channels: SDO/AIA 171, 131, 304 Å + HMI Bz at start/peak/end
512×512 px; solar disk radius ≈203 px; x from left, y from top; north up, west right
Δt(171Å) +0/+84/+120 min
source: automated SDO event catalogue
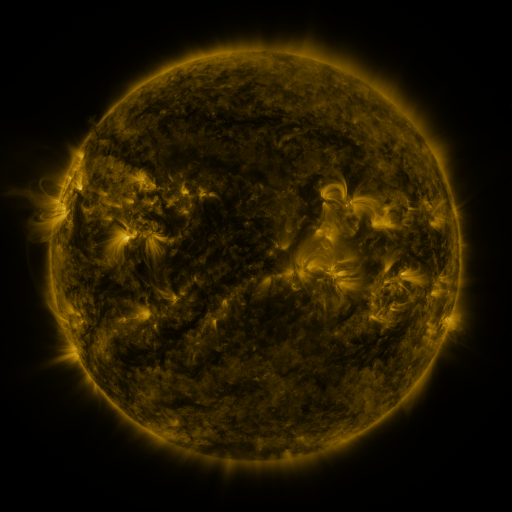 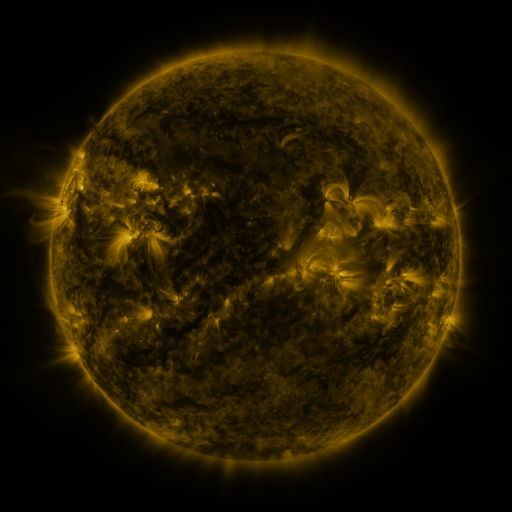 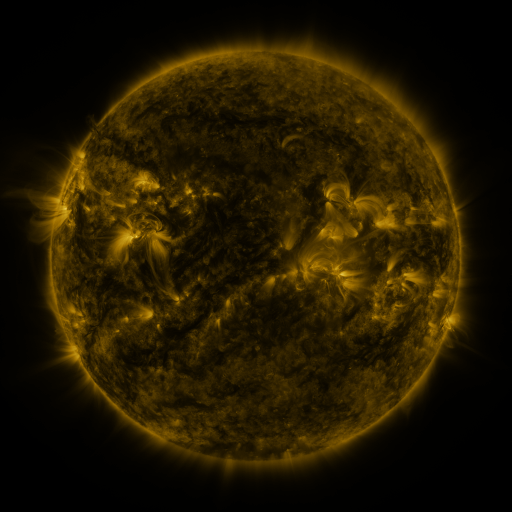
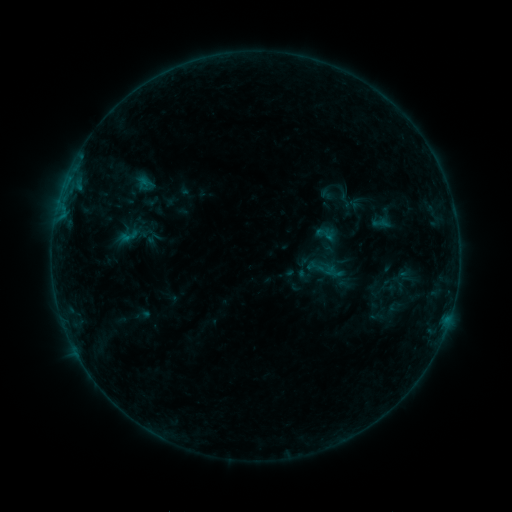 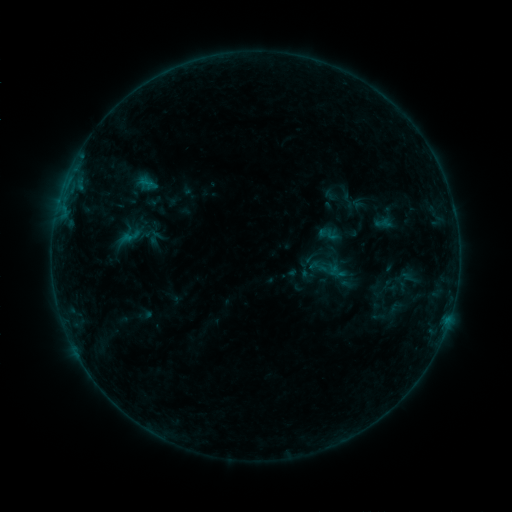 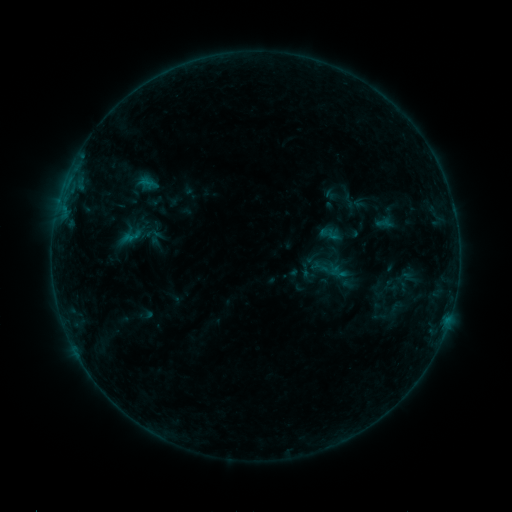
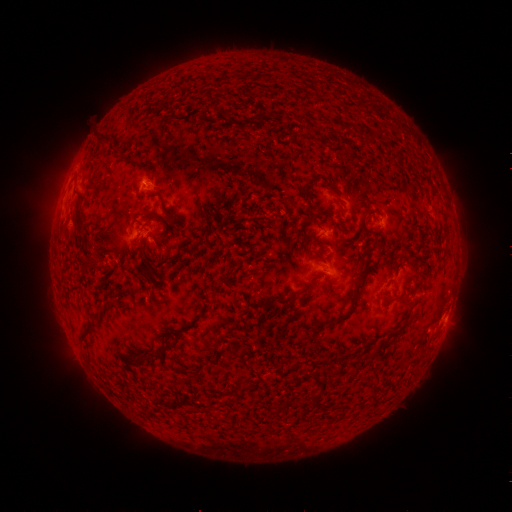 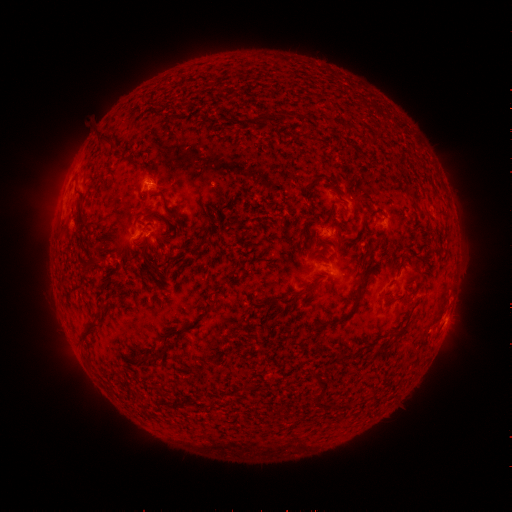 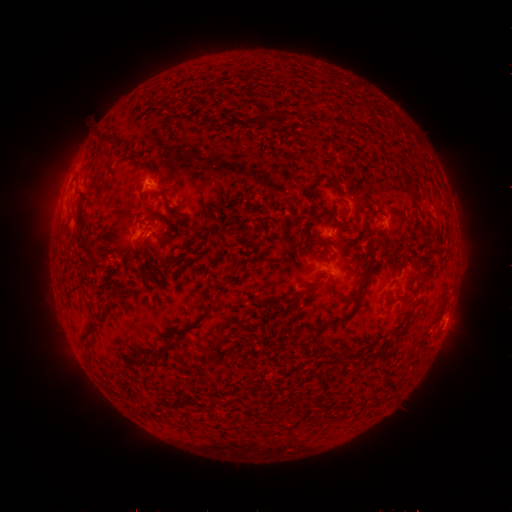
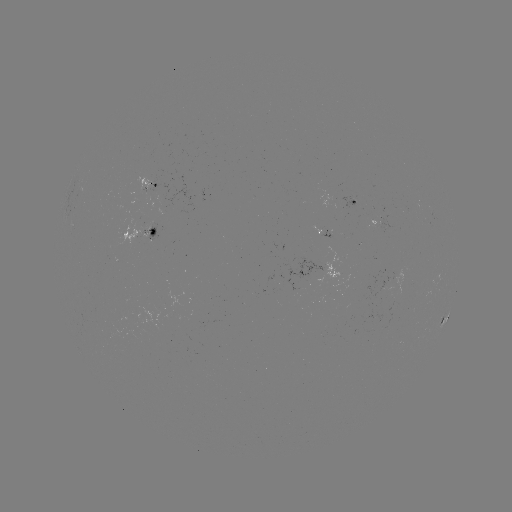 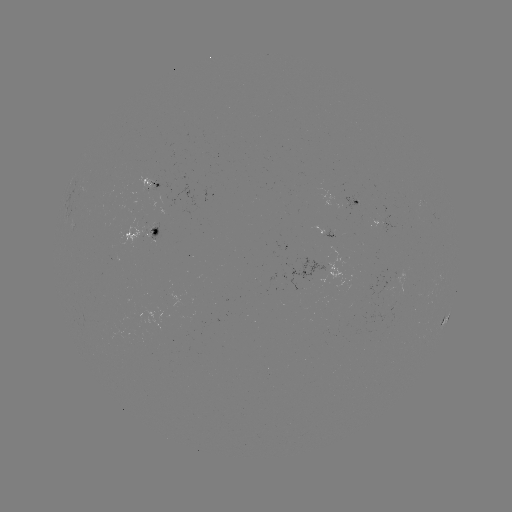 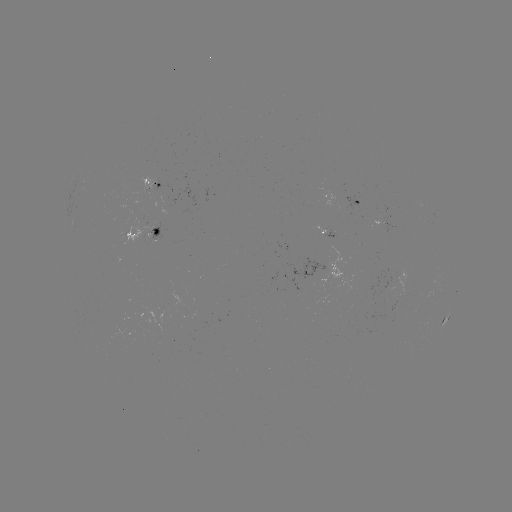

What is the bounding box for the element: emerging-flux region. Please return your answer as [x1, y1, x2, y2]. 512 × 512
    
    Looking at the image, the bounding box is [138, 177, 157, 194].